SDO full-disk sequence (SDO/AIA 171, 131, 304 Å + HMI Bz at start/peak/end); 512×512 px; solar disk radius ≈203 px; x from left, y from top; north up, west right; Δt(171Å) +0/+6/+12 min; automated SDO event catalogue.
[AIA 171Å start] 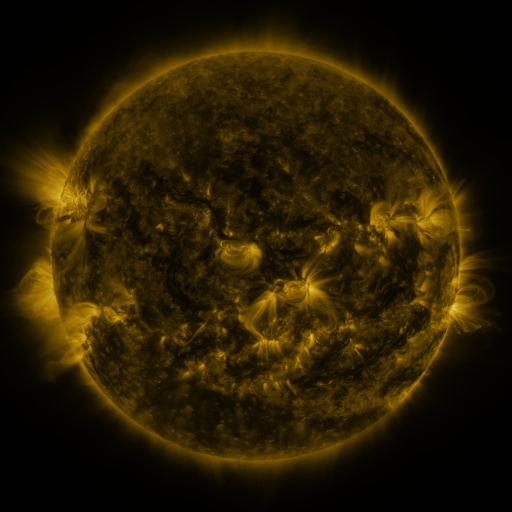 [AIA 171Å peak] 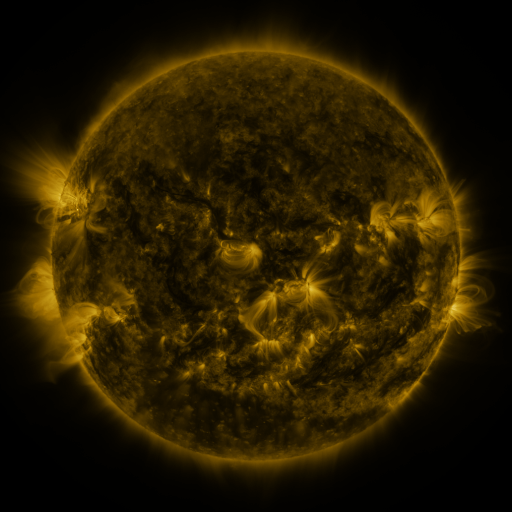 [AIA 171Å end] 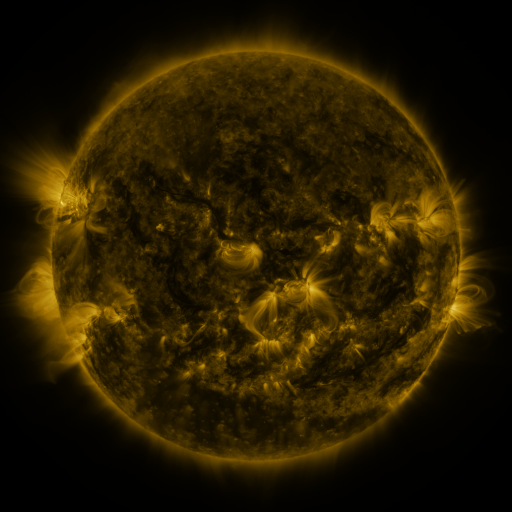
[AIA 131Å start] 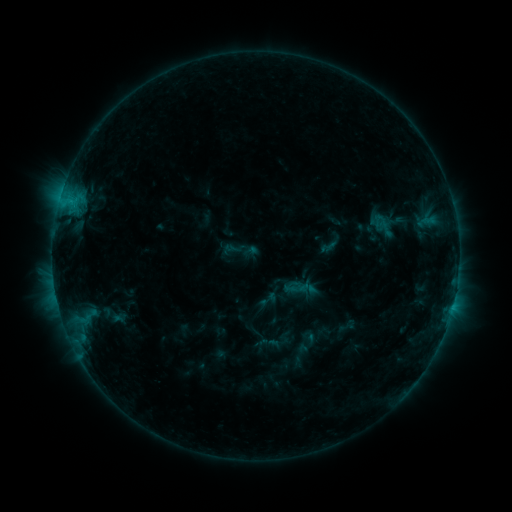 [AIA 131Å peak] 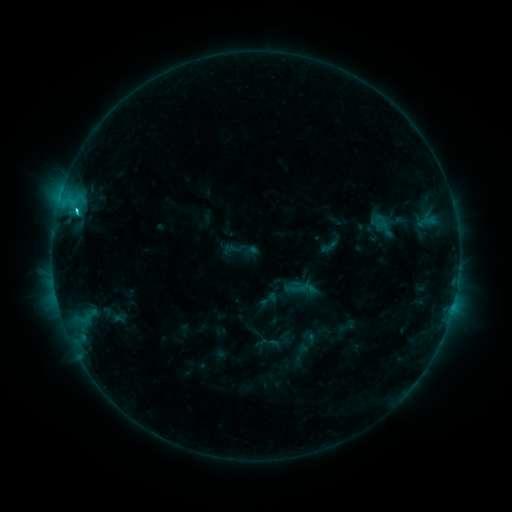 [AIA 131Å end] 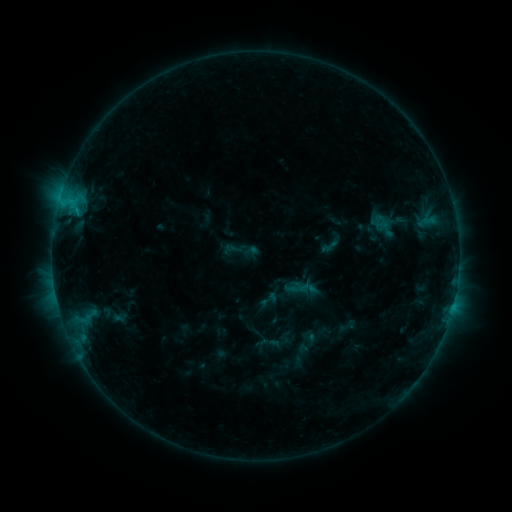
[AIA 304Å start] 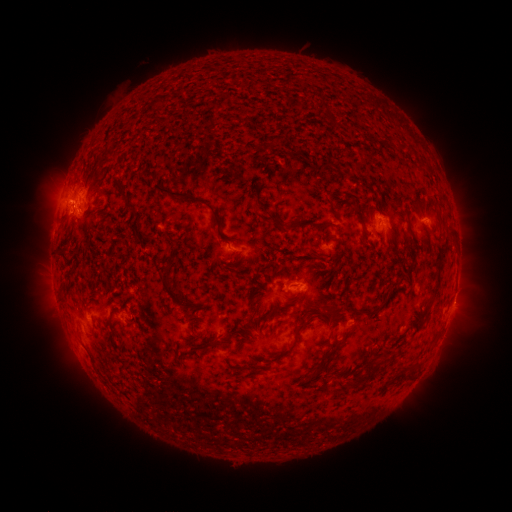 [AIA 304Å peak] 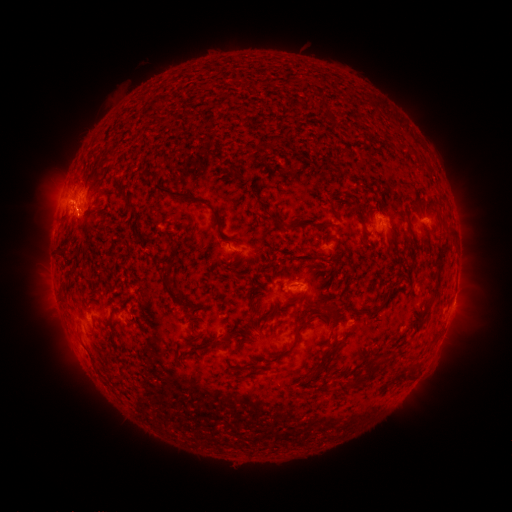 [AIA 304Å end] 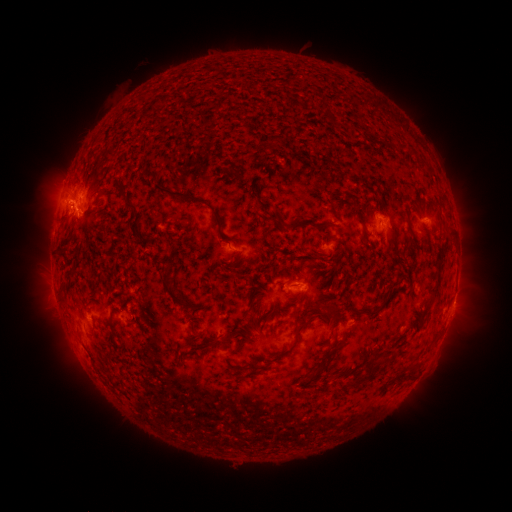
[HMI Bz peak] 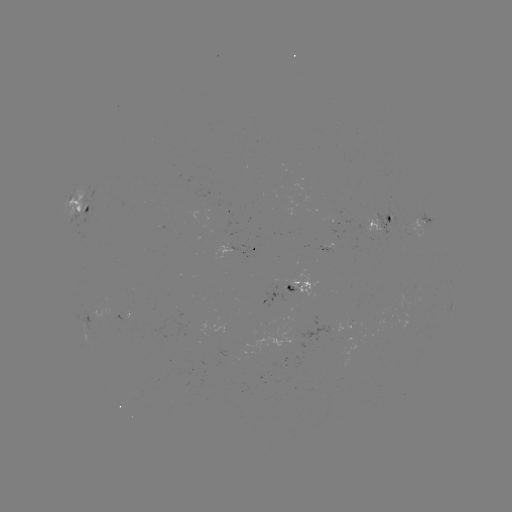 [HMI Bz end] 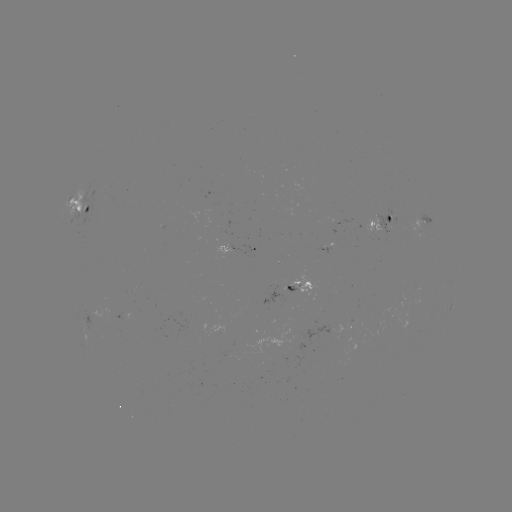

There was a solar flare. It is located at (72, 208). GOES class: C2.1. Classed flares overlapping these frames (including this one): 1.